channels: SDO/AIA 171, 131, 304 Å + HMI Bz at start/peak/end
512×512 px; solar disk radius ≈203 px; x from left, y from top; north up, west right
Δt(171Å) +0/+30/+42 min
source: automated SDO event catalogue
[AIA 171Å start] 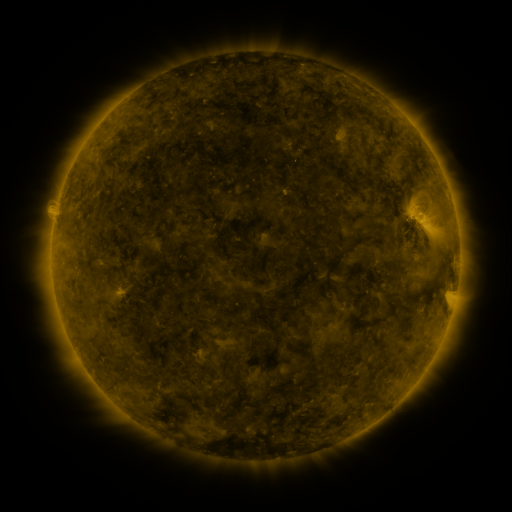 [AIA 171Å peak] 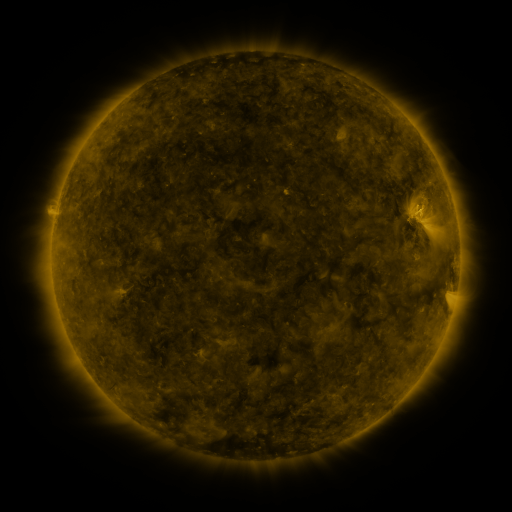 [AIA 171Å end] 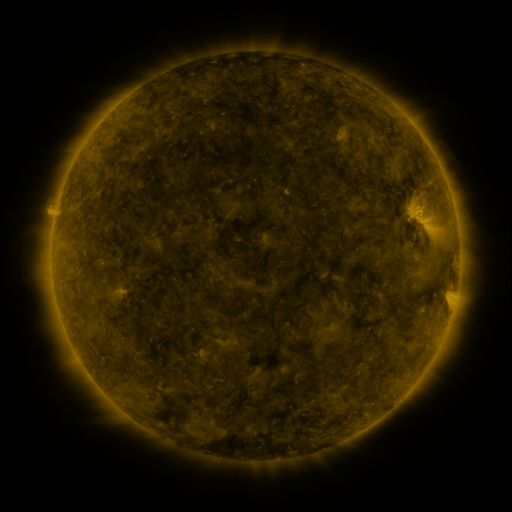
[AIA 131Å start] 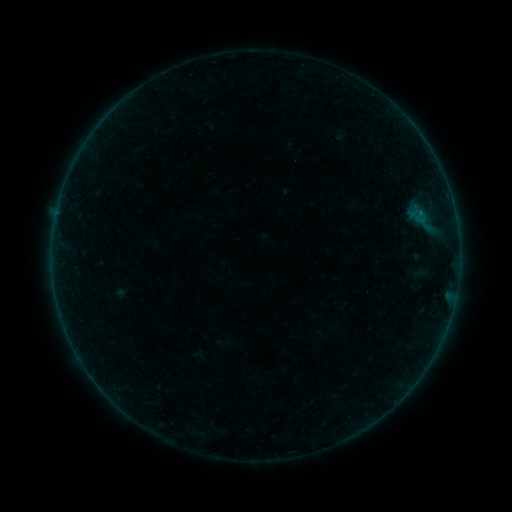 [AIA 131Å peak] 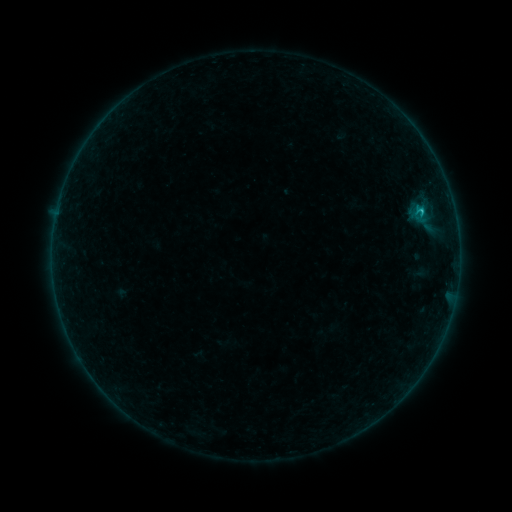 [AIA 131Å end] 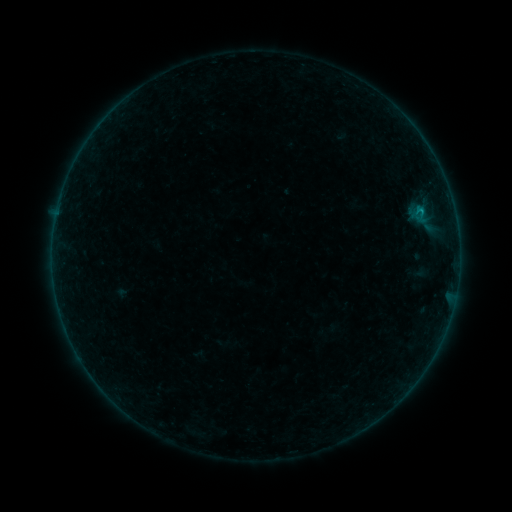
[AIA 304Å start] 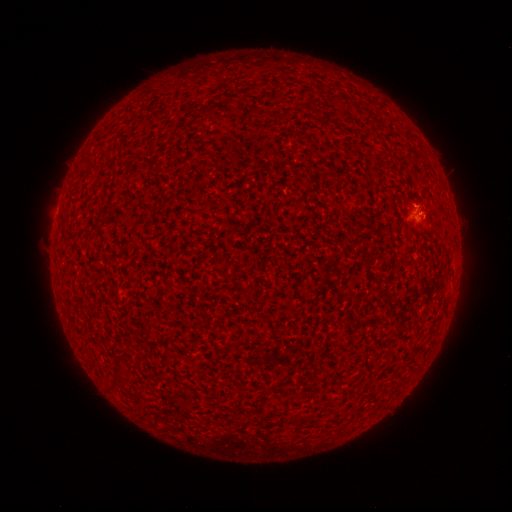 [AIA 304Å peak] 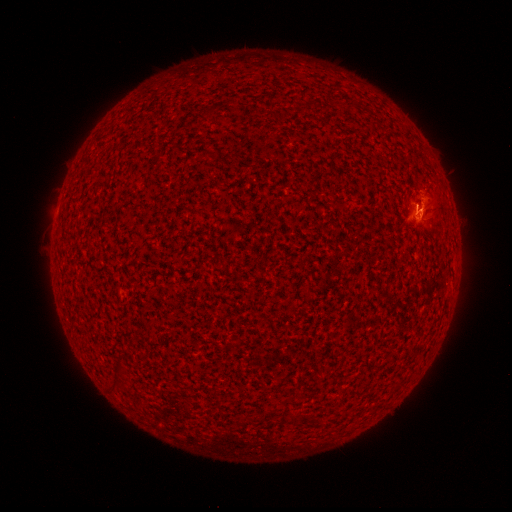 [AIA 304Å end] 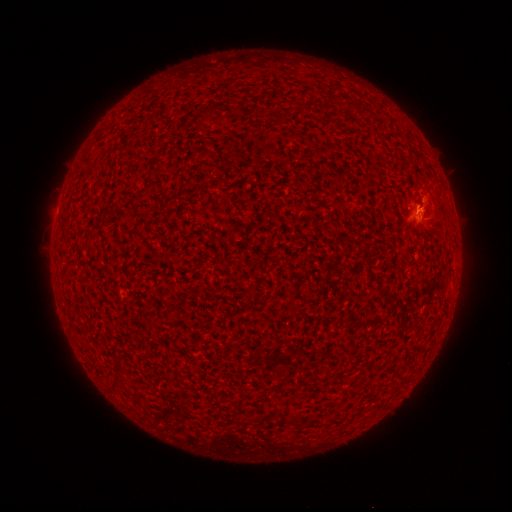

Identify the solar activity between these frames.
B4.2 flare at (420, 213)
